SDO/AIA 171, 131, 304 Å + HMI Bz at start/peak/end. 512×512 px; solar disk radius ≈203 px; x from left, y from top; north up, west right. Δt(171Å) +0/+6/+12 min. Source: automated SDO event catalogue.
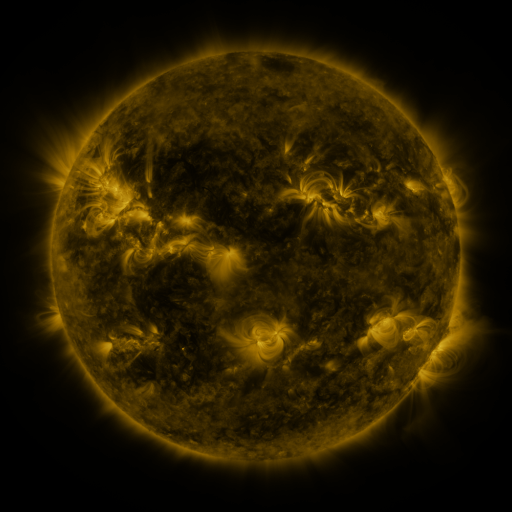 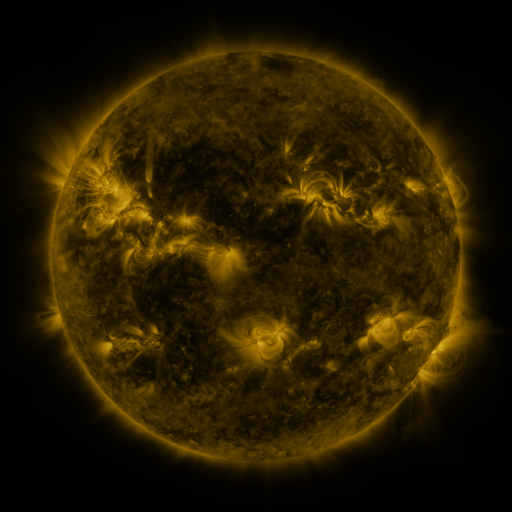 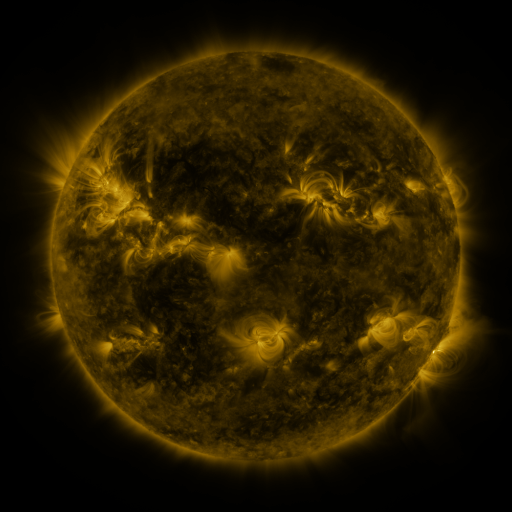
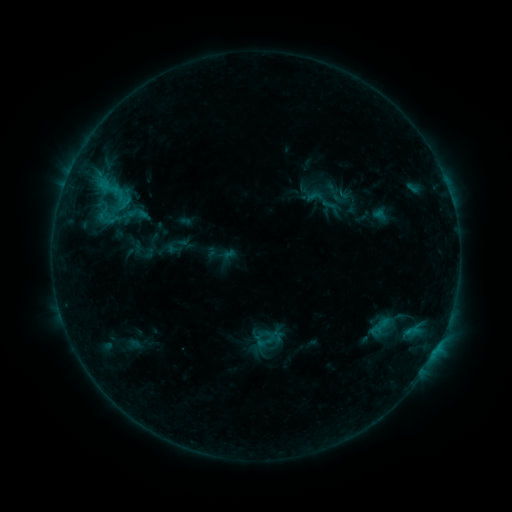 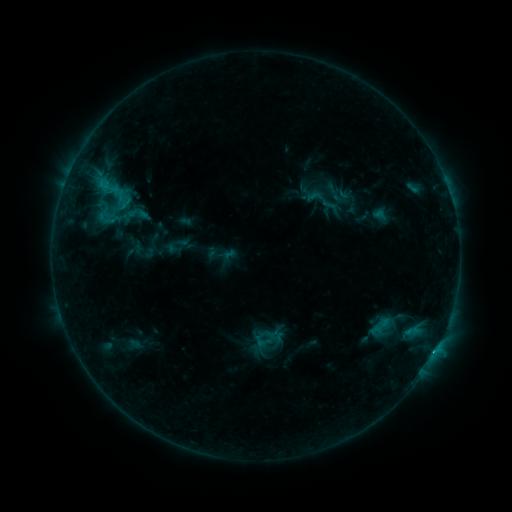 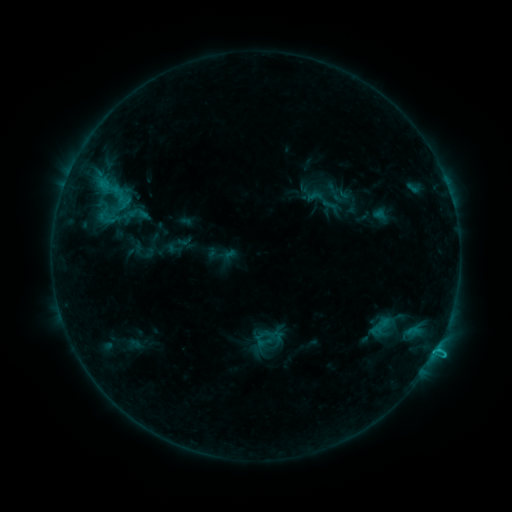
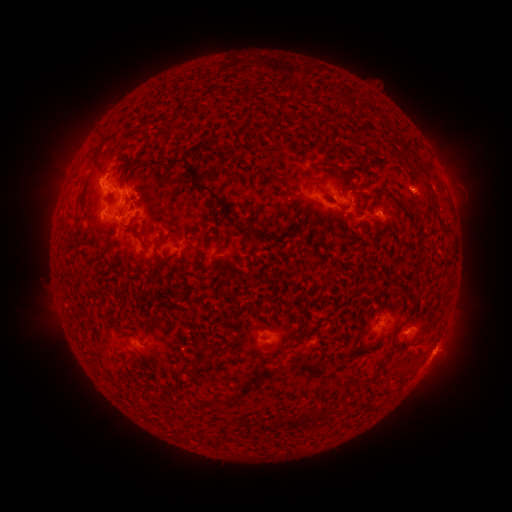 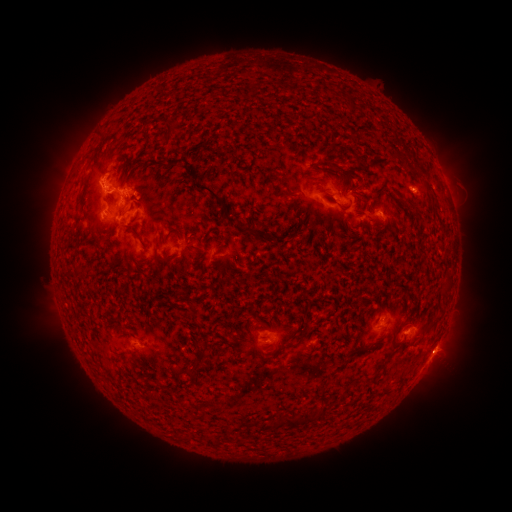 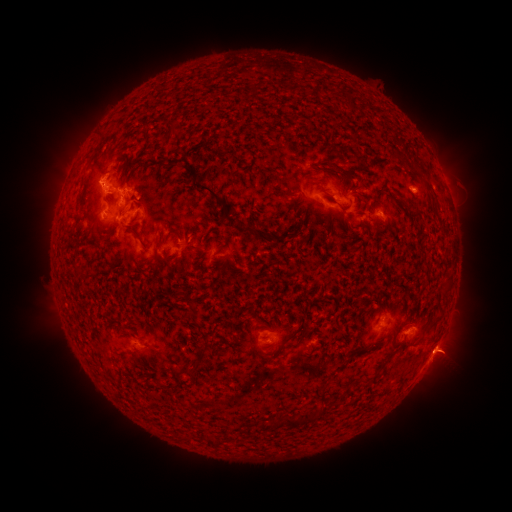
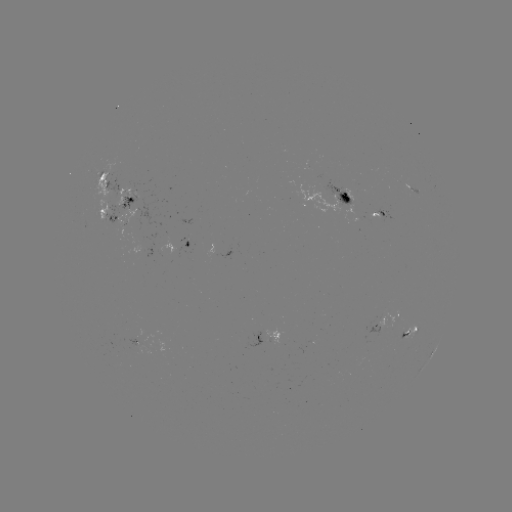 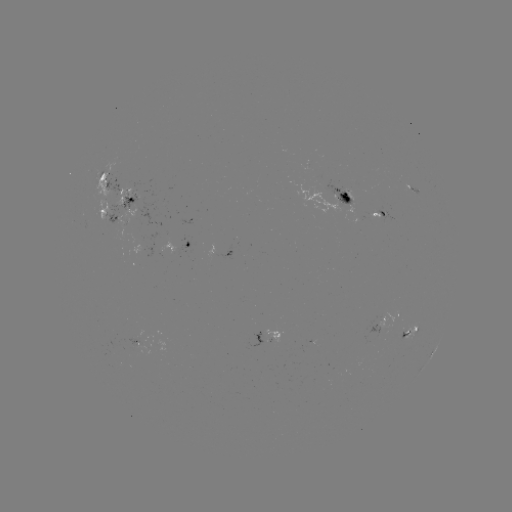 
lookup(C1.3 flare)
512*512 [434, 351]